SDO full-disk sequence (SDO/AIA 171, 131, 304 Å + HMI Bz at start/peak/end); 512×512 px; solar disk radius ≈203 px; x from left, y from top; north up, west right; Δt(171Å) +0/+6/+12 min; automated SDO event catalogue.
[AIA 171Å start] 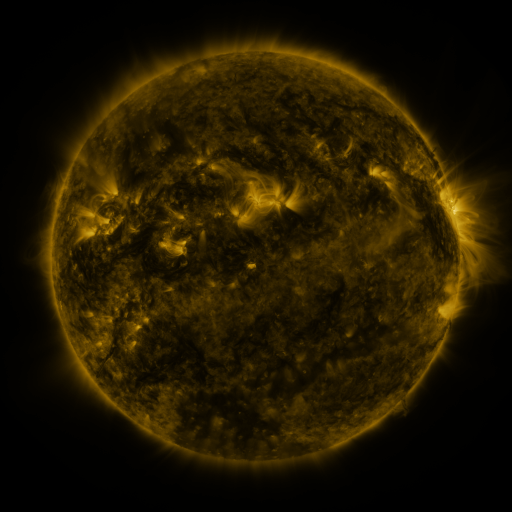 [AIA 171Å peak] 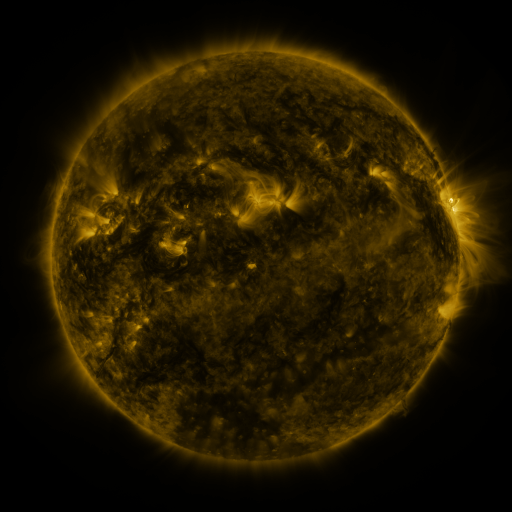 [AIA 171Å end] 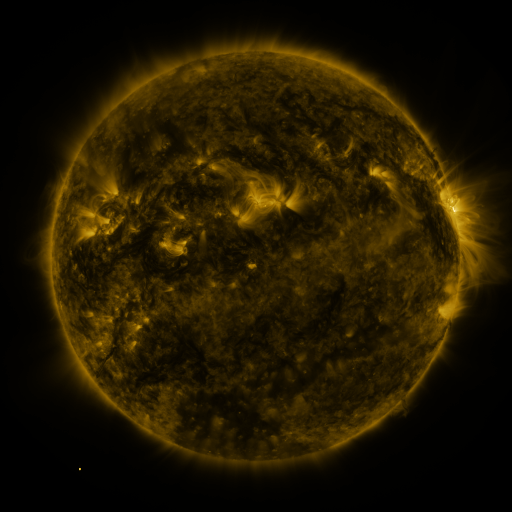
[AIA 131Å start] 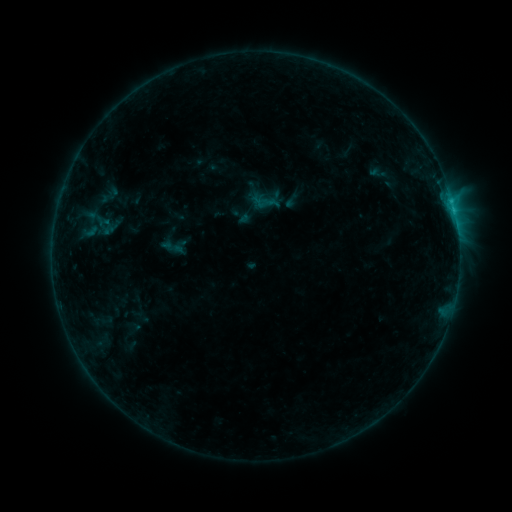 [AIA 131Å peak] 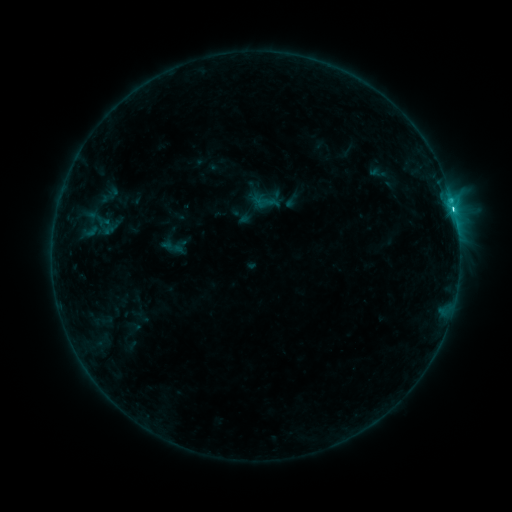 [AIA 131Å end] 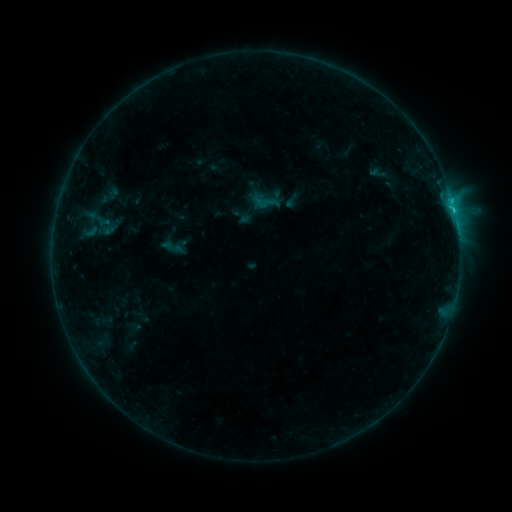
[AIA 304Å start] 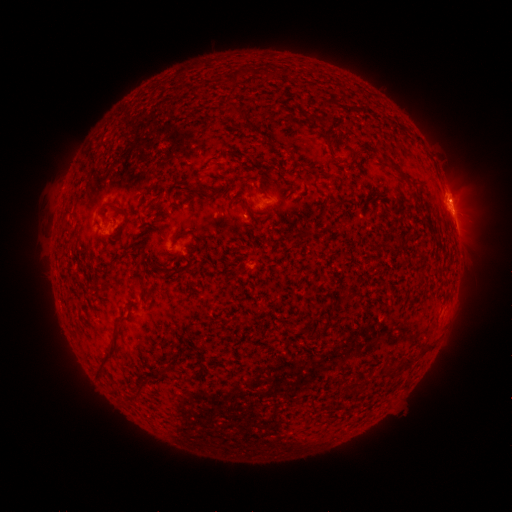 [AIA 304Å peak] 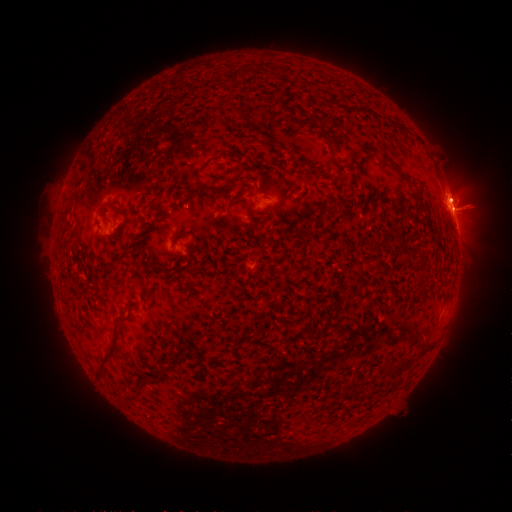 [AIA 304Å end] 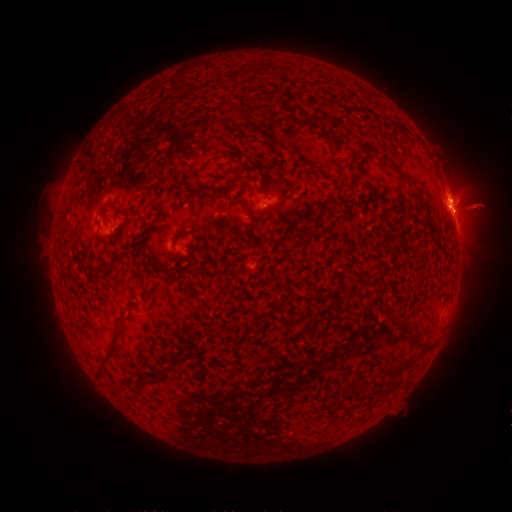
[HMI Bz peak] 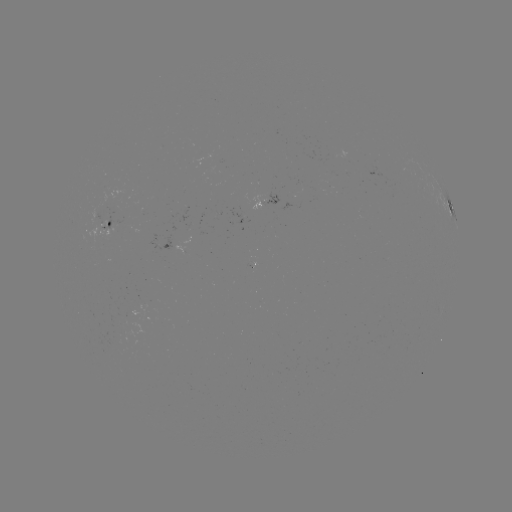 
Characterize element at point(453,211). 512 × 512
C2.9 flare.